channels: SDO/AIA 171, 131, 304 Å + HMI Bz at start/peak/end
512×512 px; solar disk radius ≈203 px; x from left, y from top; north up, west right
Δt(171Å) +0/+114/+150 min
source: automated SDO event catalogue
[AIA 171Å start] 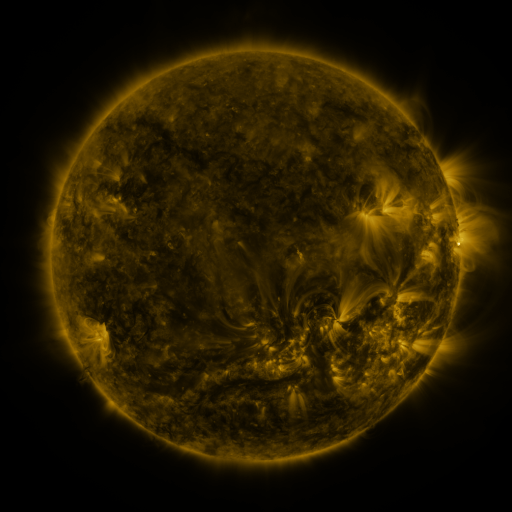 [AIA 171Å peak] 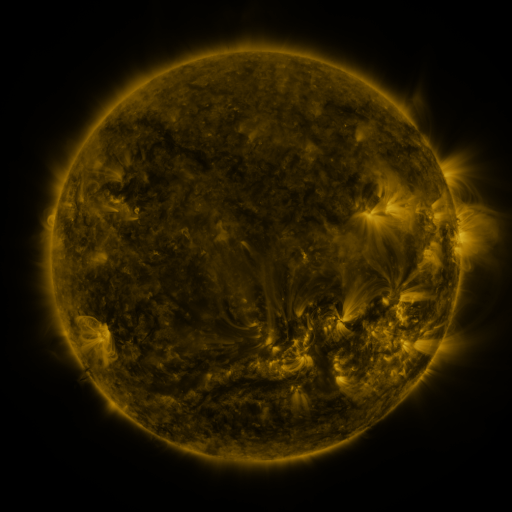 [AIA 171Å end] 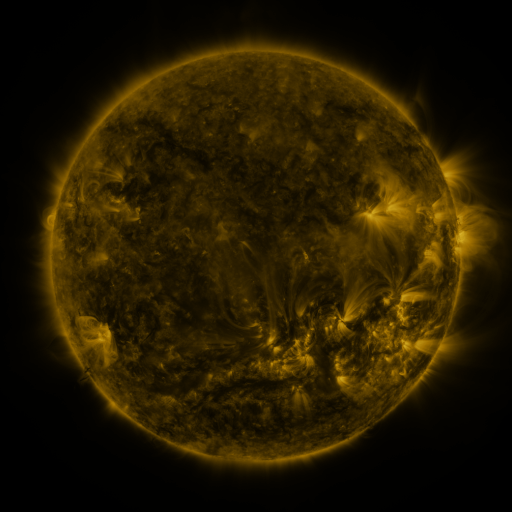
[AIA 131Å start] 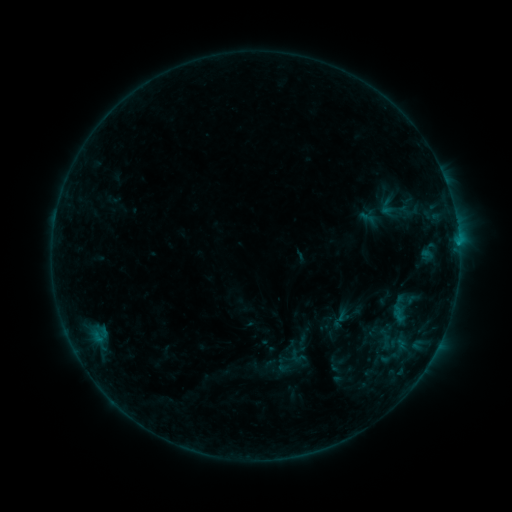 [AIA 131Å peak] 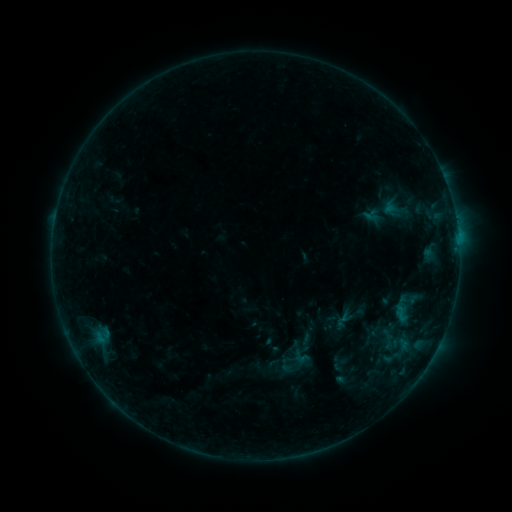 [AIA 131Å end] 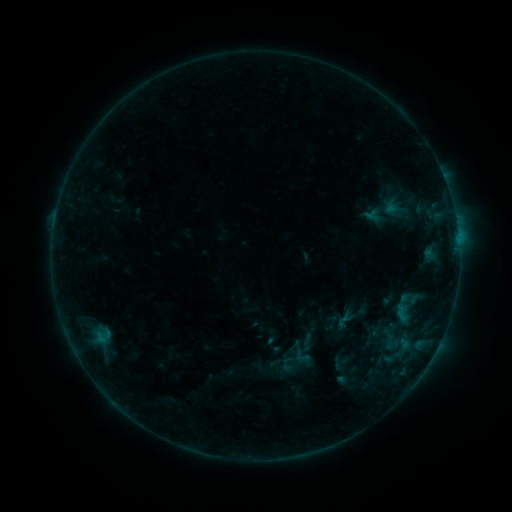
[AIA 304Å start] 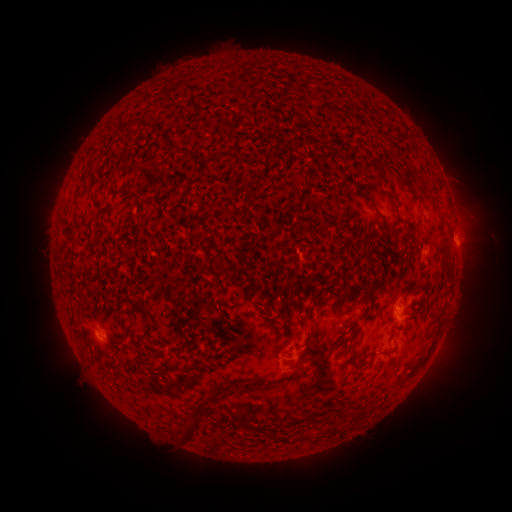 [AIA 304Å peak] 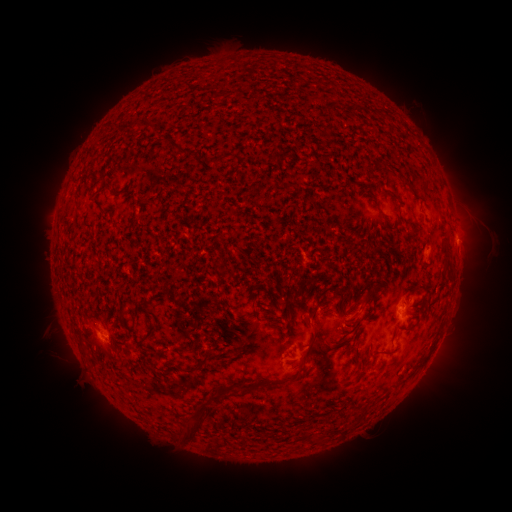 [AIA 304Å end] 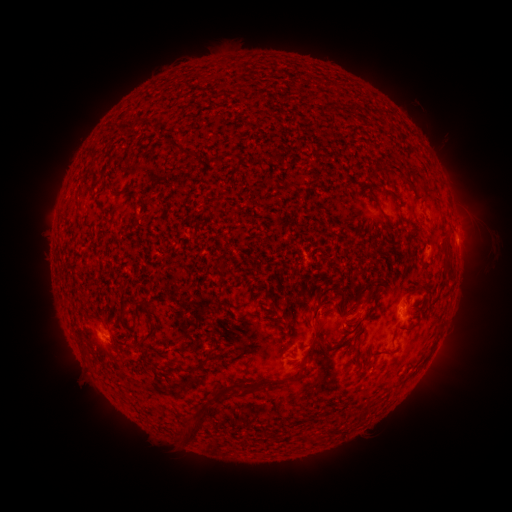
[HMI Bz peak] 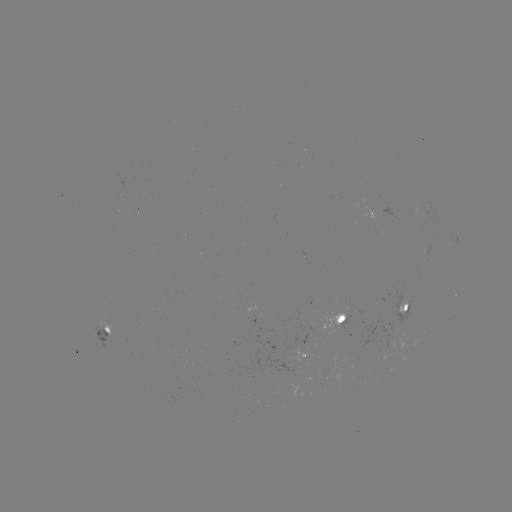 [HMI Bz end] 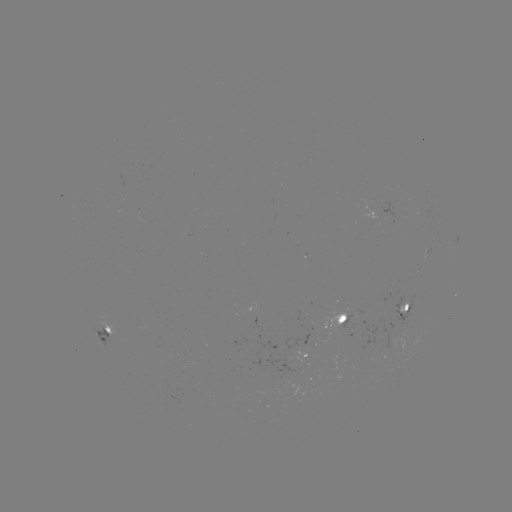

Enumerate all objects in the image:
emerging-flux region: (105, 332)
